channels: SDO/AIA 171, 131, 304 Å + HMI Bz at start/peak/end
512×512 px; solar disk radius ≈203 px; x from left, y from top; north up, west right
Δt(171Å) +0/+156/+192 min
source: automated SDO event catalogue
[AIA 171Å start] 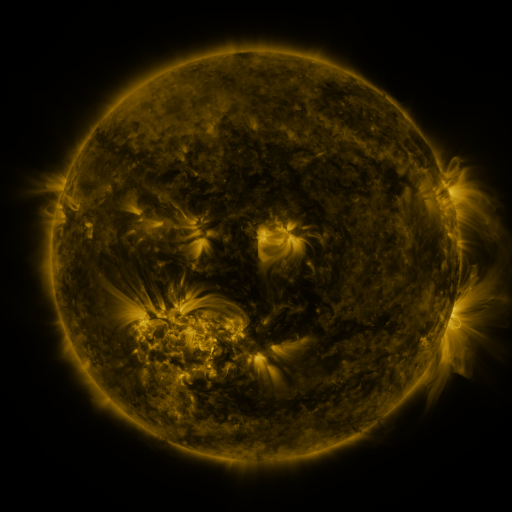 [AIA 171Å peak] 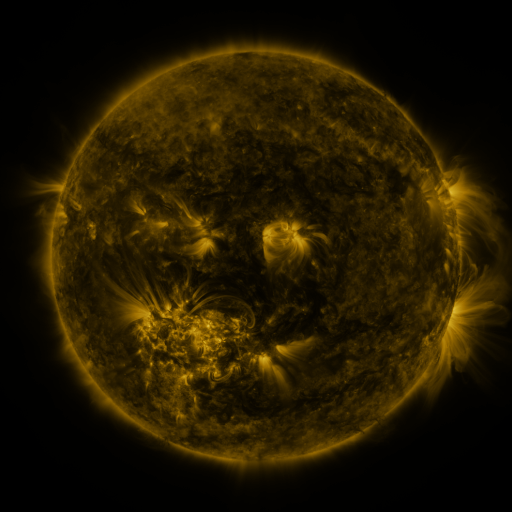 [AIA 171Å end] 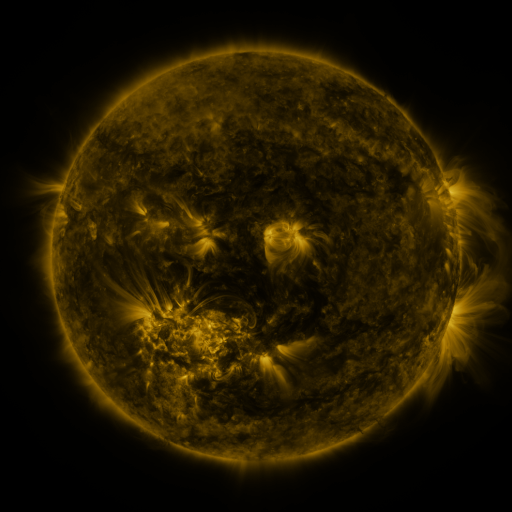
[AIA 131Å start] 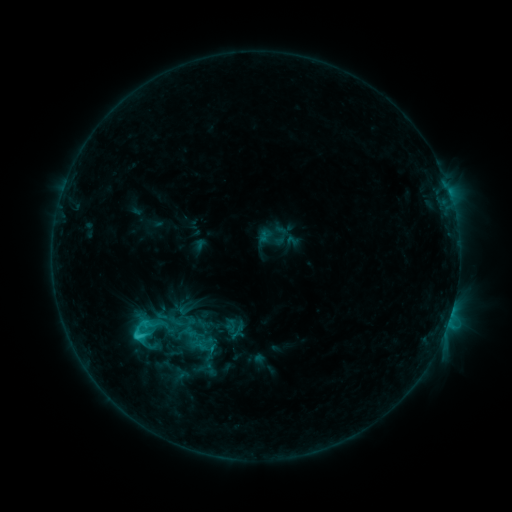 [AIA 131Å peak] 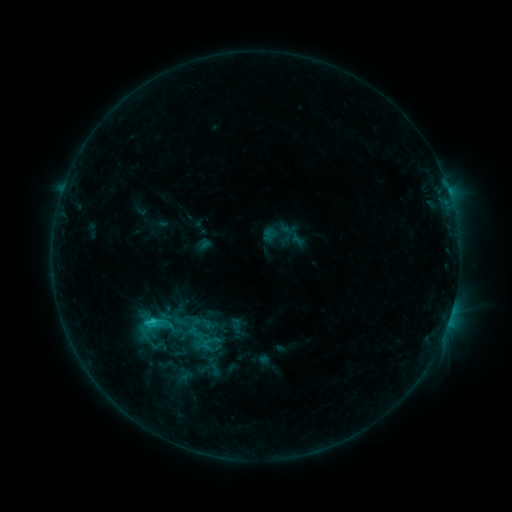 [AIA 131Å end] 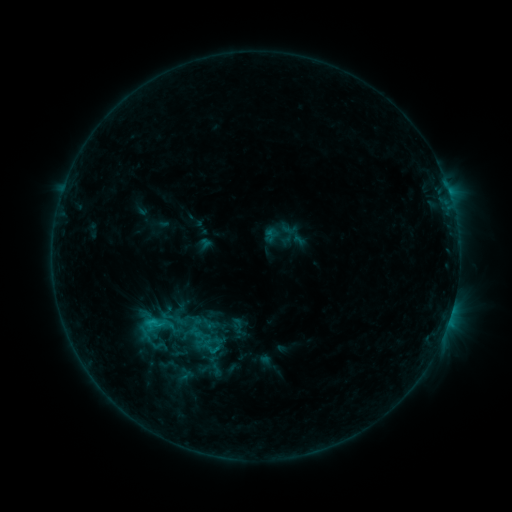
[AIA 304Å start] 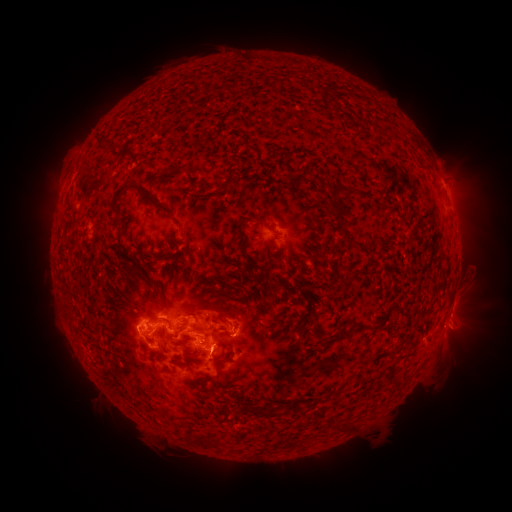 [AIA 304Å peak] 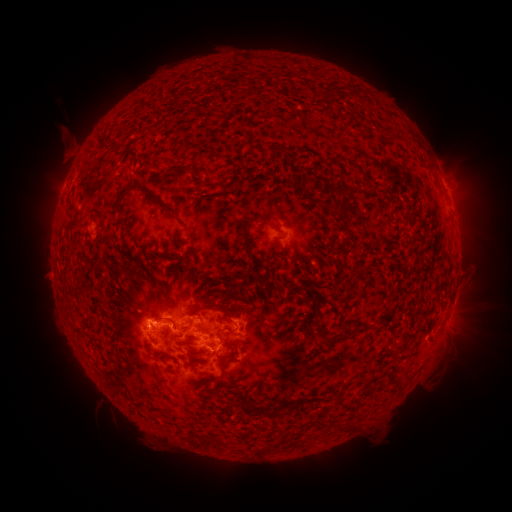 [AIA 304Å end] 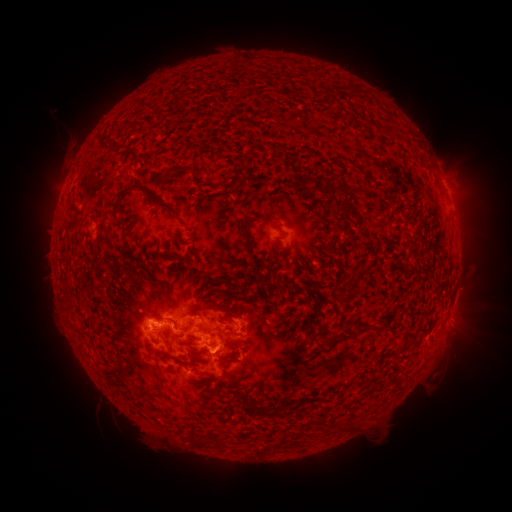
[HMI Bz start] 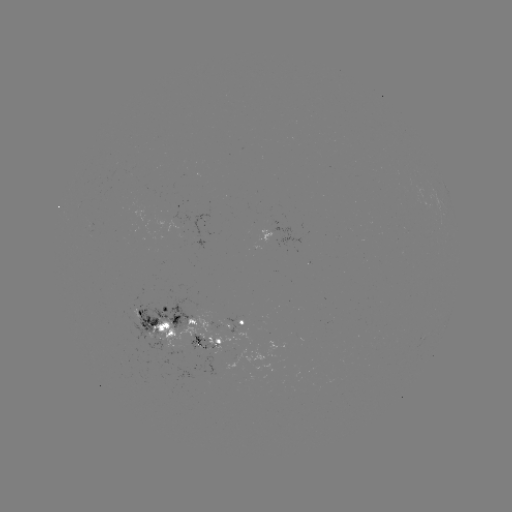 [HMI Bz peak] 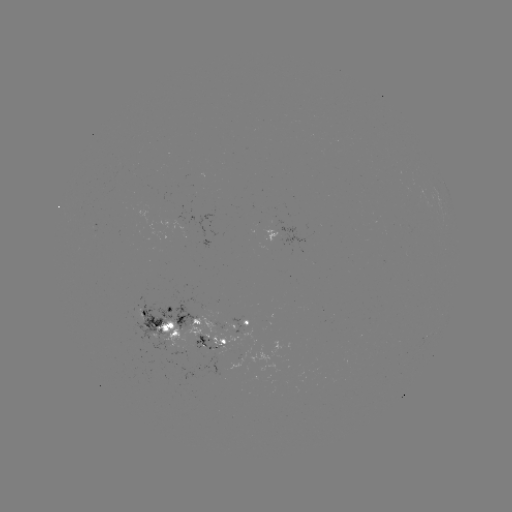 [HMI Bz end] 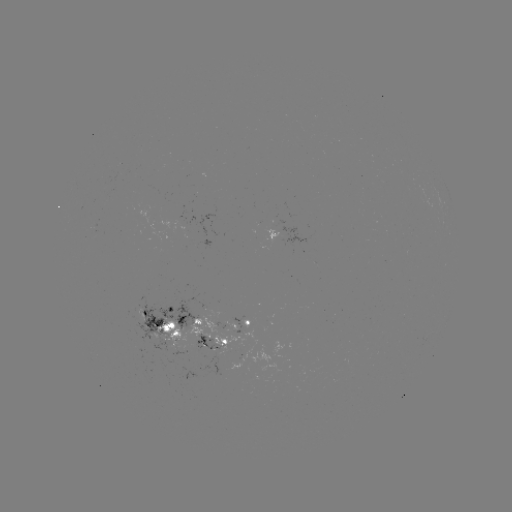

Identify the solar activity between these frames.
emerging-flux region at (193, 343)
